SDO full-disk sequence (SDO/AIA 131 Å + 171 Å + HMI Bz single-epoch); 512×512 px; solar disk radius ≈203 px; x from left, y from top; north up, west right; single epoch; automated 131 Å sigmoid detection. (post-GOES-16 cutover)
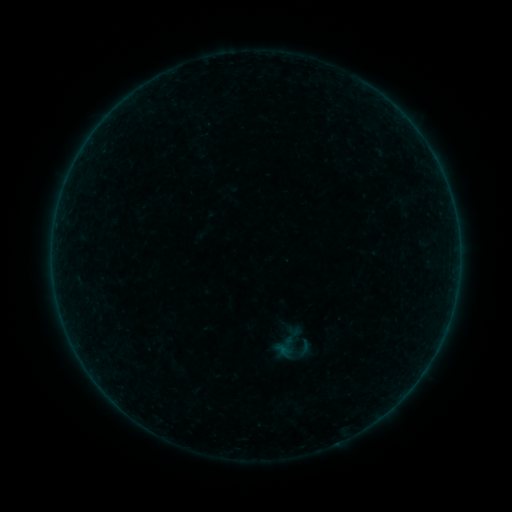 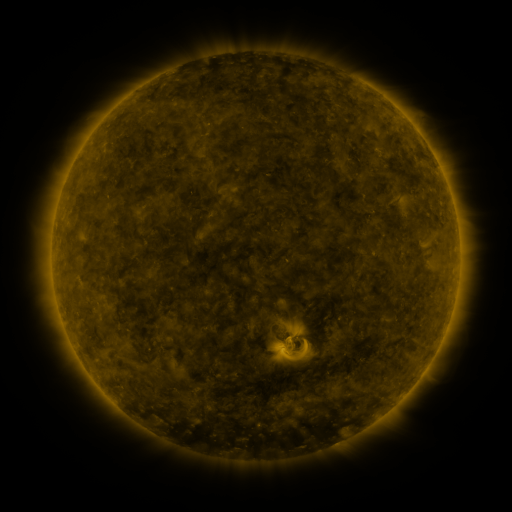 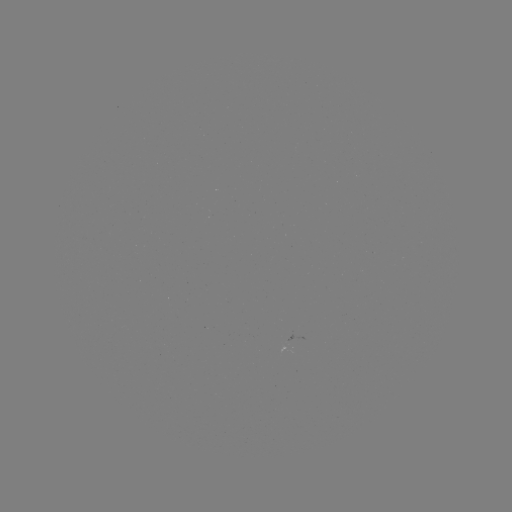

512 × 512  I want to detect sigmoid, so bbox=[267, 316, 318, 370].